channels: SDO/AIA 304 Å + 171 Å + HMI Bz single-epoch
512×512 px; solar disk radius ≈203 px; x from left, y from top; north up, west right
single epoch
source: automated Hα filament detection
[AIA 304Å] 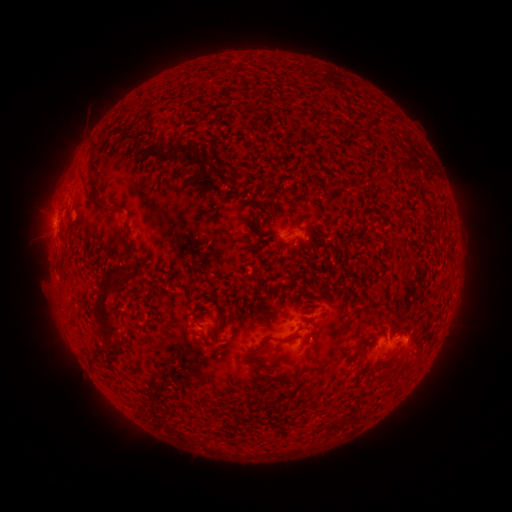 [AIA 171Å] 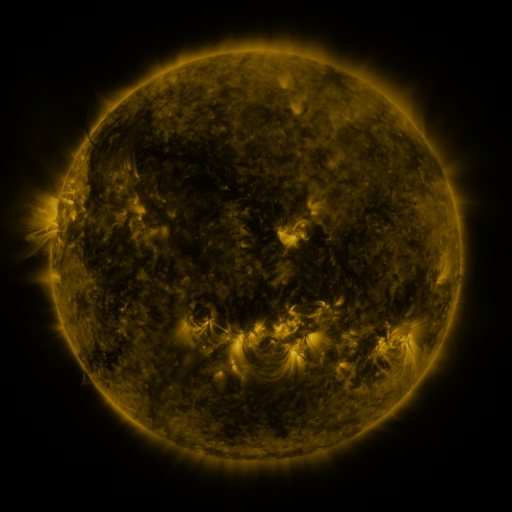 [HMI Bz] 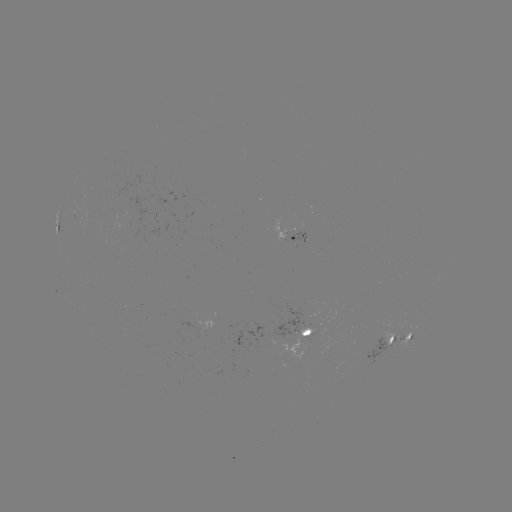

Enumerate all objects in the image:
filament: <bbox>163, 143, 200, 157</bbox>
filament: <bbox>86, 191, 125, 211</bbox>
filament: <bbox>257, 210, 265, 221</bbox>
filament: <bbox>124, 239, 133, 251</bbox>
filament: <bbox>92, 273, 121, 349</bbox>
filament: <bbox>111, 276, 126, 284</bbox>
filament: <bbox>333, 300, 344, 308</bbox>
filament: <bbox>217, 316, 225, 325</bbox>
filament: <bbox>252, 333, 298, 352</bbox>
filament: <bbox>377, 374, 385, 383</bbox>
